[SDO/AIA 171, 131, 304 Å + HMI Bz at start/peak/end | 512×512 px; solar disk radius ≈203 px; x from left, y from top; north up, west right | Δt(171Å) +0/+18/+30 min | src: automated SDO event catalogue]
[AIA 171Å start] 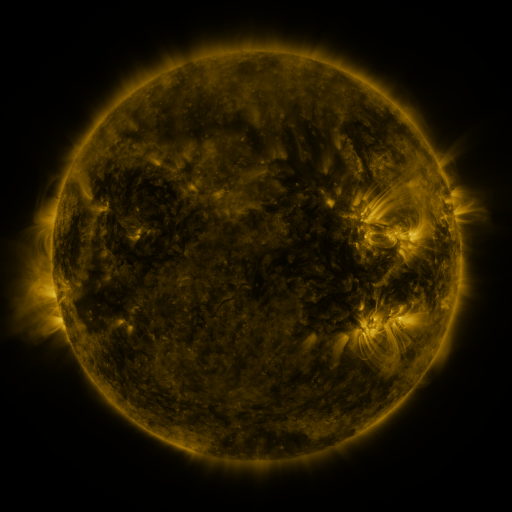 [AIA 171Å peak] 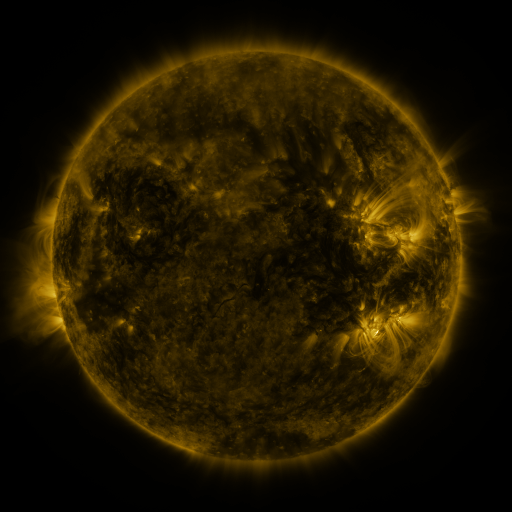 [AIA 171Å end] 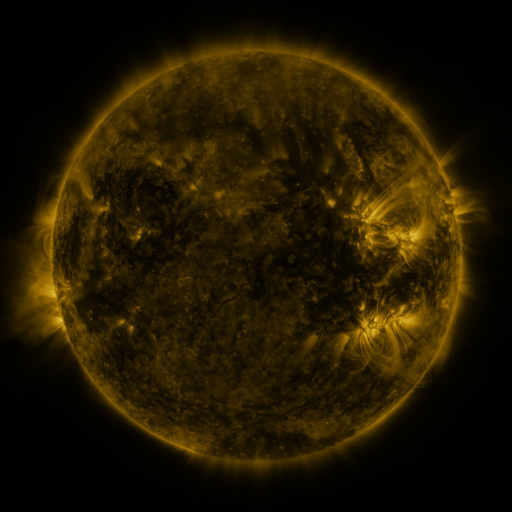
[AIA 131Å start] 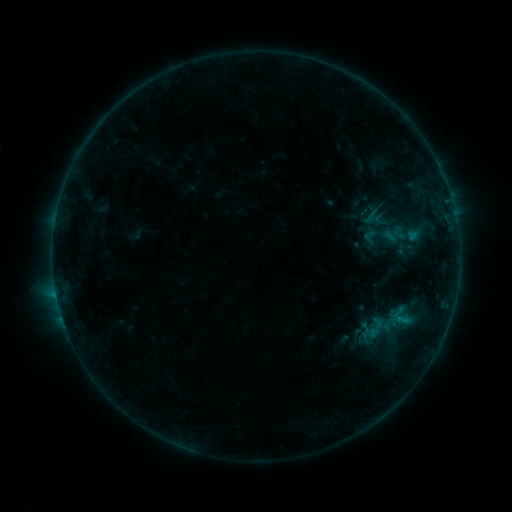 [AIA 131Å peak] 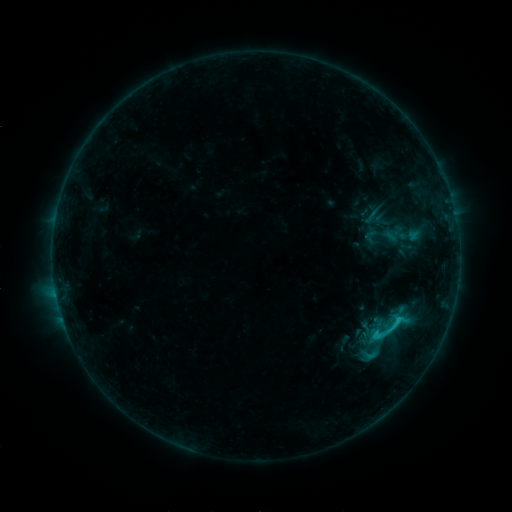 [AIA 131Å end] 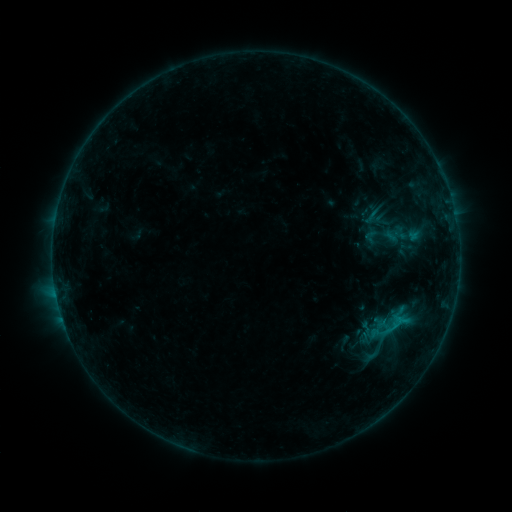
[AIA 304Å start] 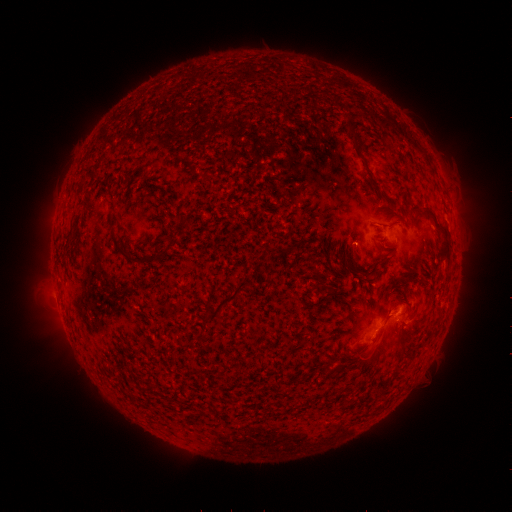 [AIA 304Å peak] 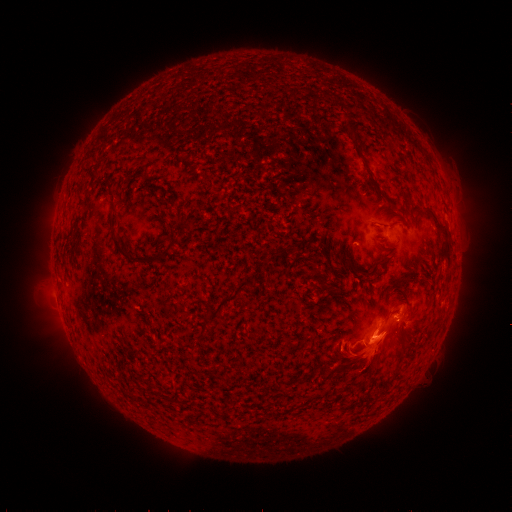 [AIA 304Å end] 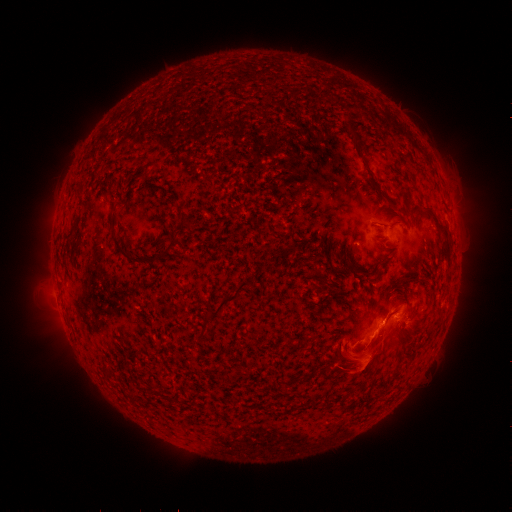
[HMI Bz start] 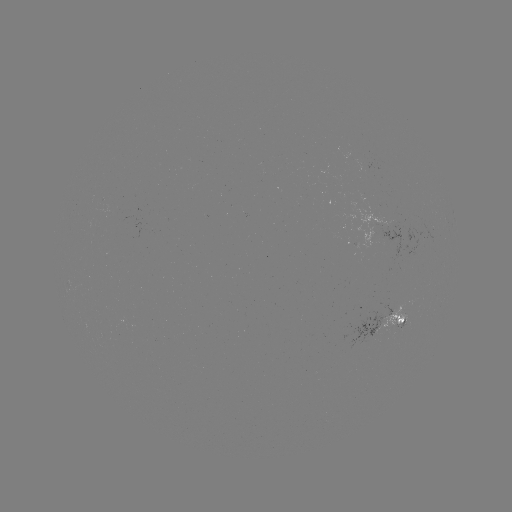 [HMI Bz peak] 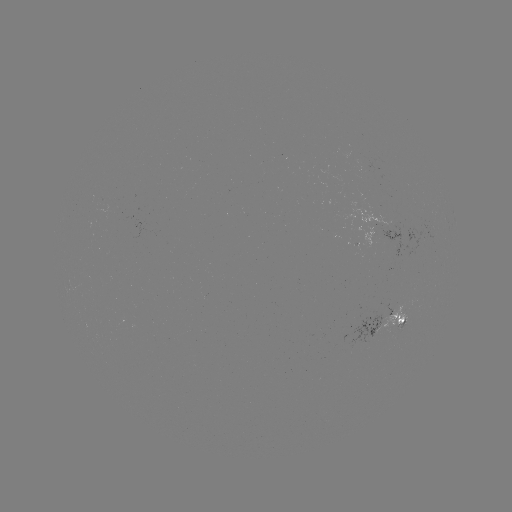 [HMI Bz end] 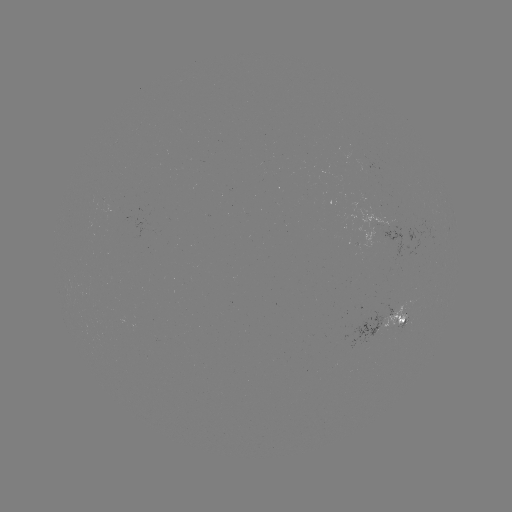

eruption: <bbox>269, 255, 451, 414</bbox>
